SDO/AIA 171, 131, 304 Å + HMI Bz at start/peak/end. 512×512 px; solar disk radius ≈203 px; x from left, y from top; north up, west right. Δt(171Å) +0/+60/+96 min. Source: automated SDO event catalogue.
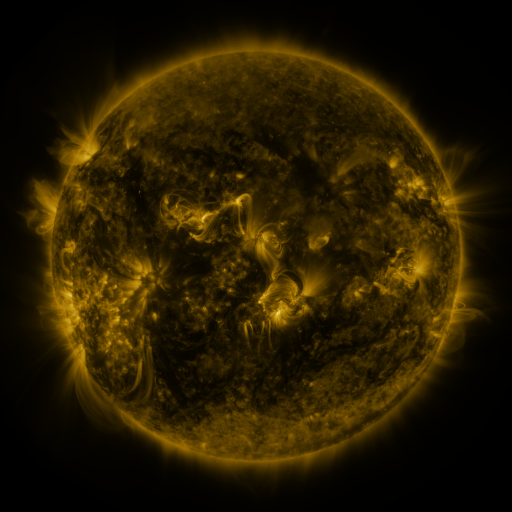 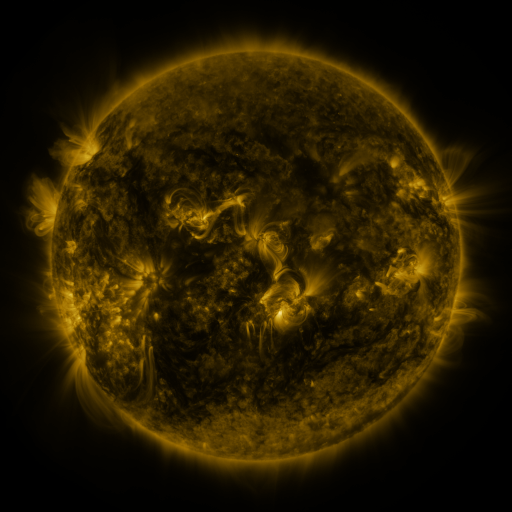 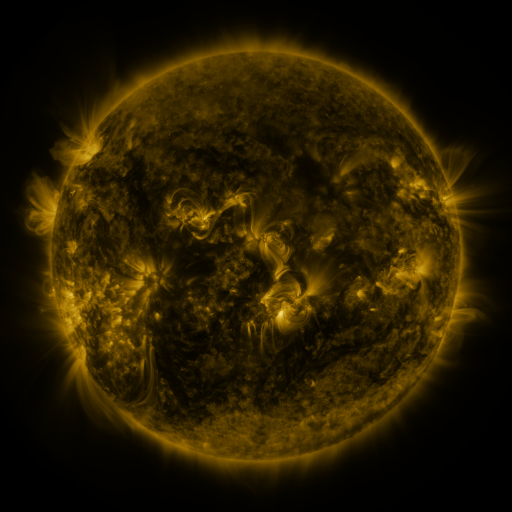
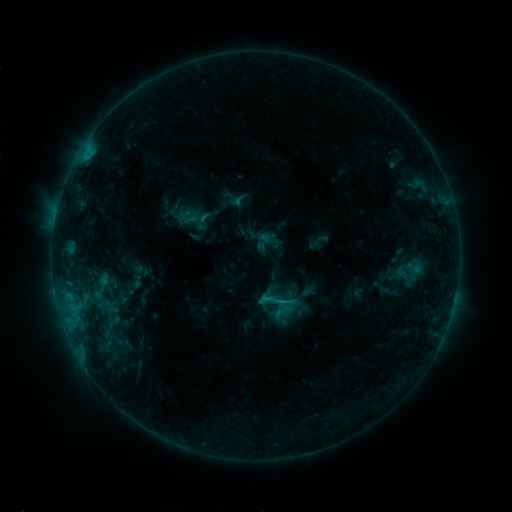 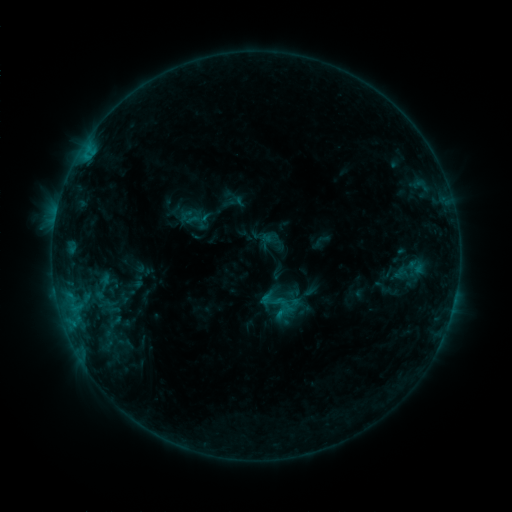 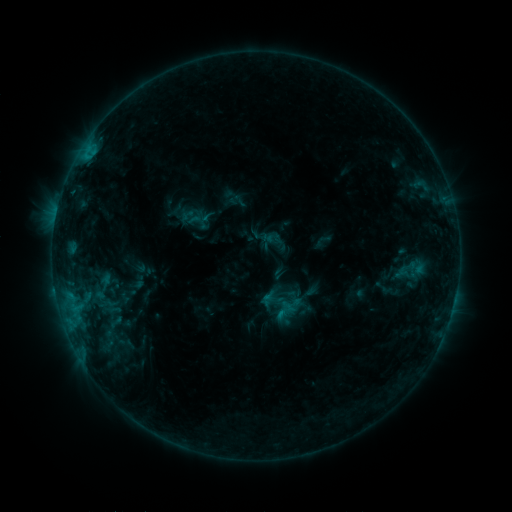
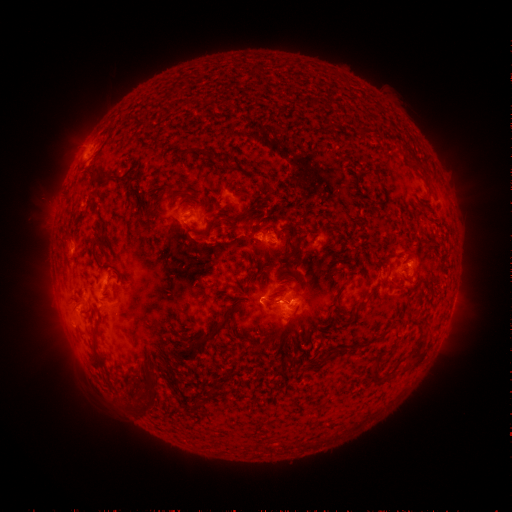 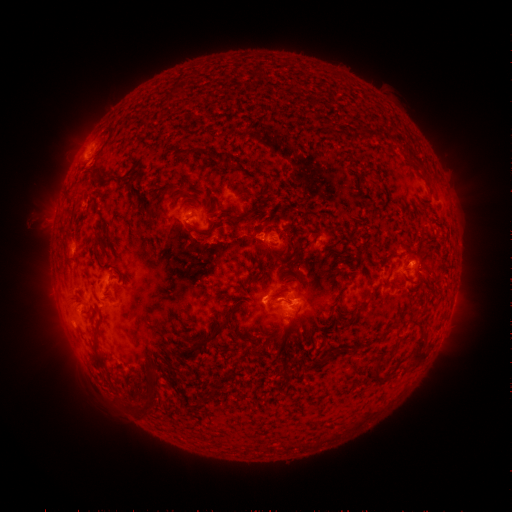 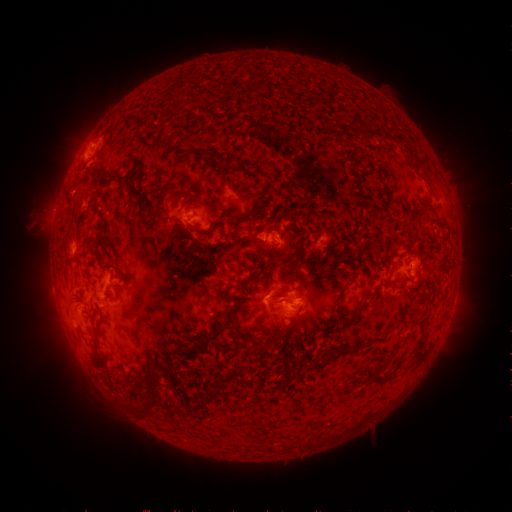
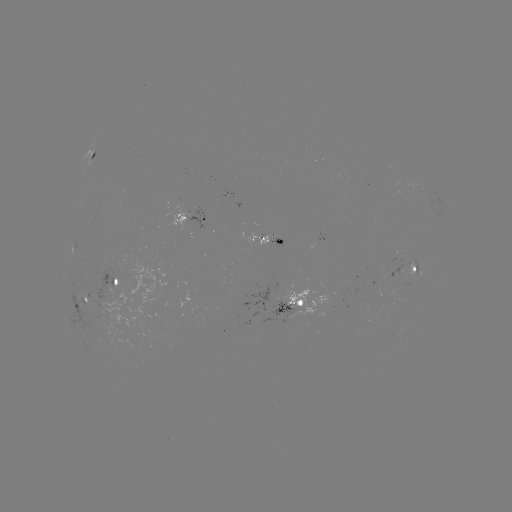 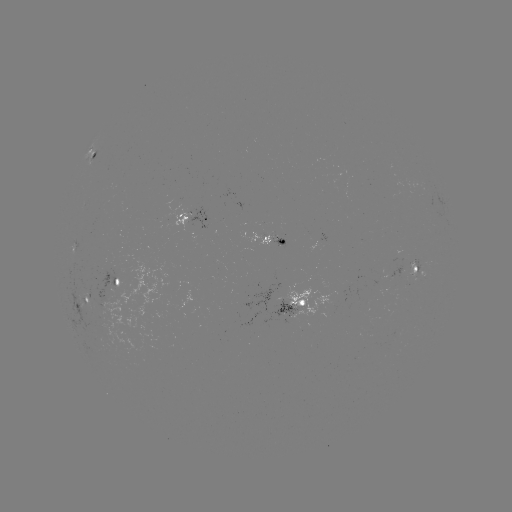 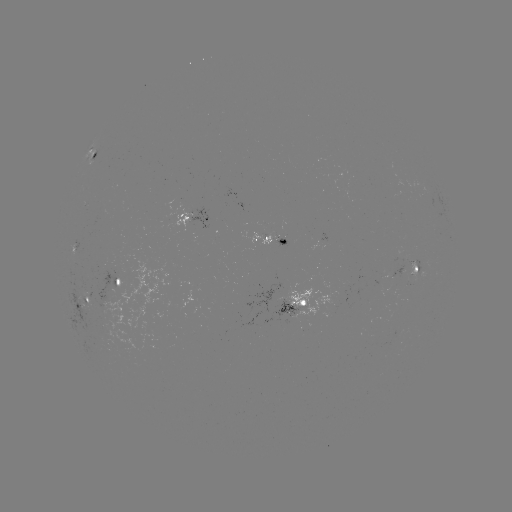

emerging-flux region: <bbox>391, 330, 401, 339</bbox>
